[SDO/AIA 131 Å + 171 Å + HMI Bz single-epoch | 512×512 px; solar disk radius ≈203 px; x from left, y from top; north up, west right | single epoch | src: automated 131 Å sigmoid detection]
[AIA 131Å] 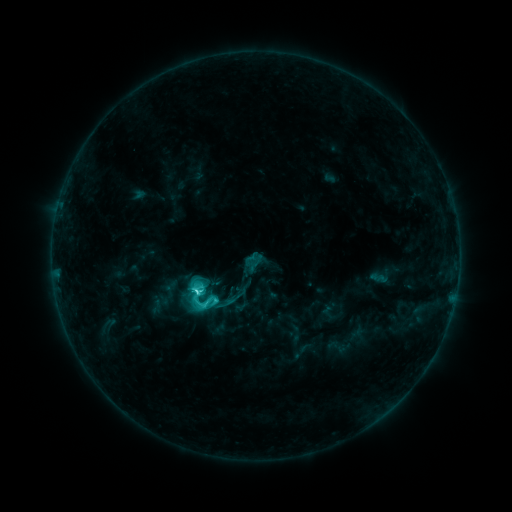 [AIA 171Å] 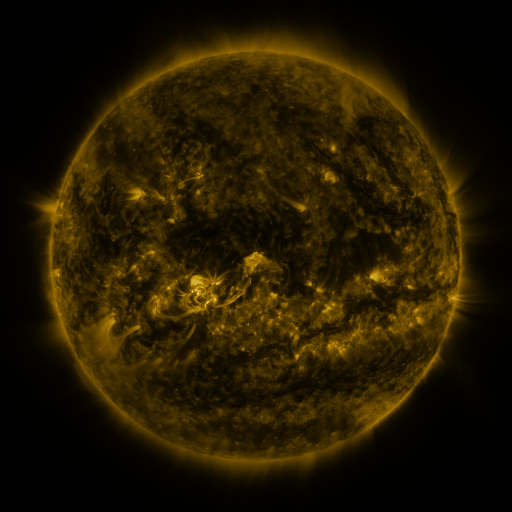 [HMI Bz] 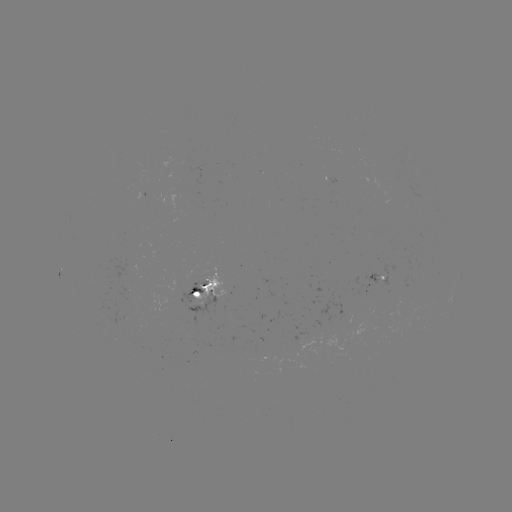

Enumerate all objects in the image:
sigmoid: (205, 303)
